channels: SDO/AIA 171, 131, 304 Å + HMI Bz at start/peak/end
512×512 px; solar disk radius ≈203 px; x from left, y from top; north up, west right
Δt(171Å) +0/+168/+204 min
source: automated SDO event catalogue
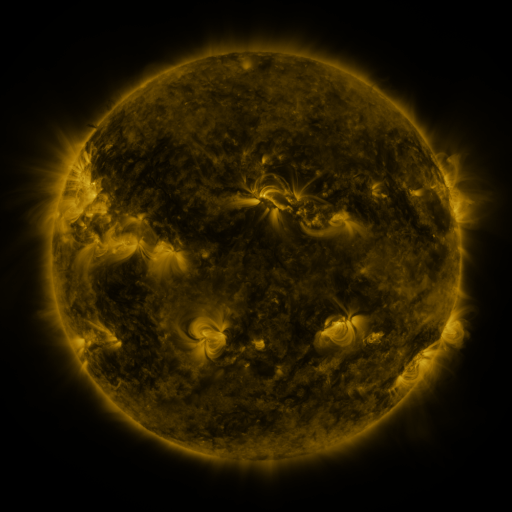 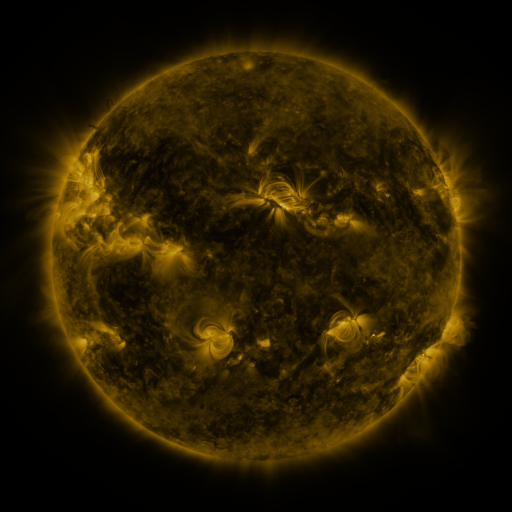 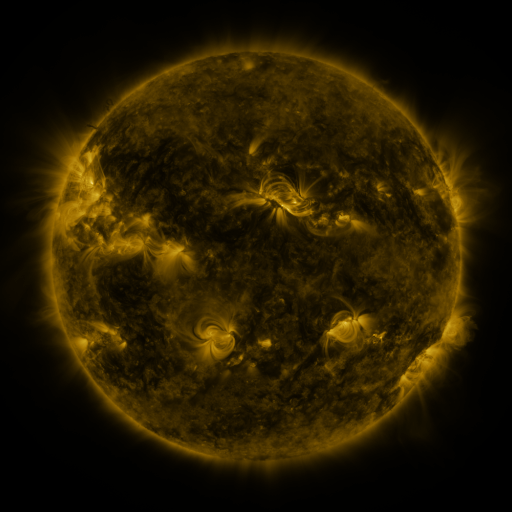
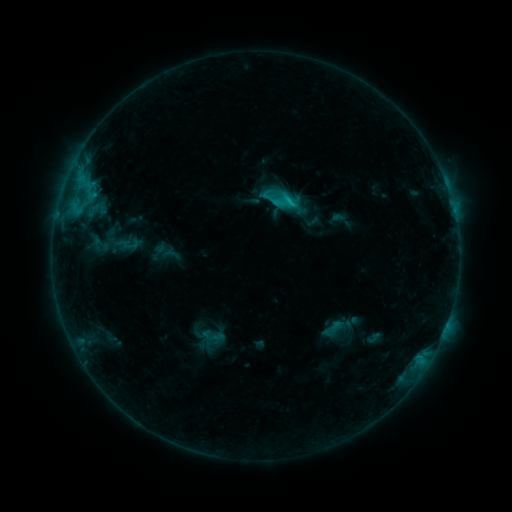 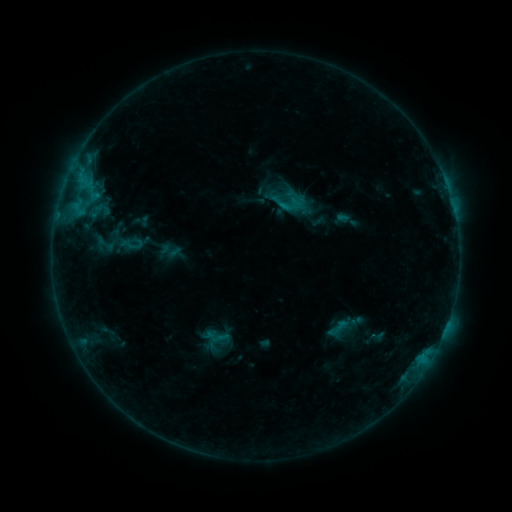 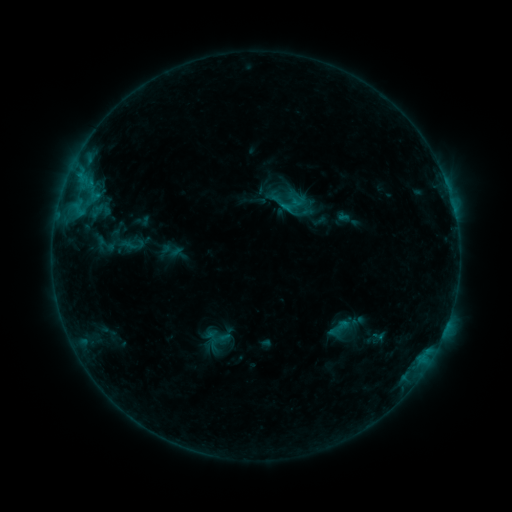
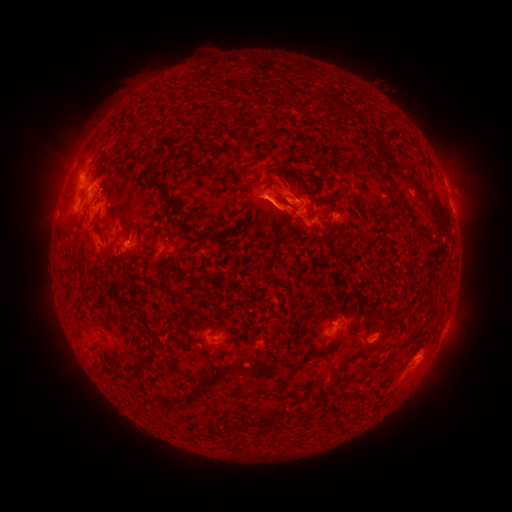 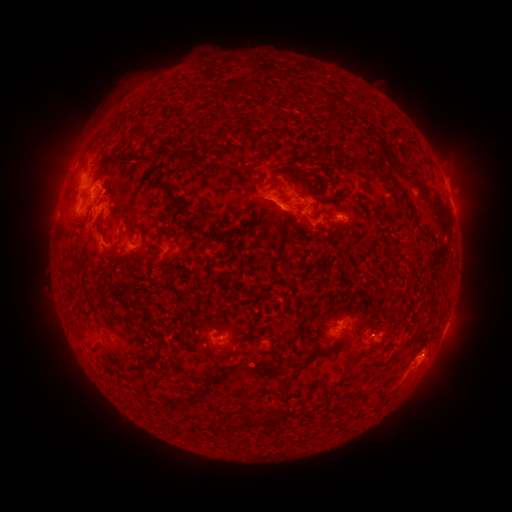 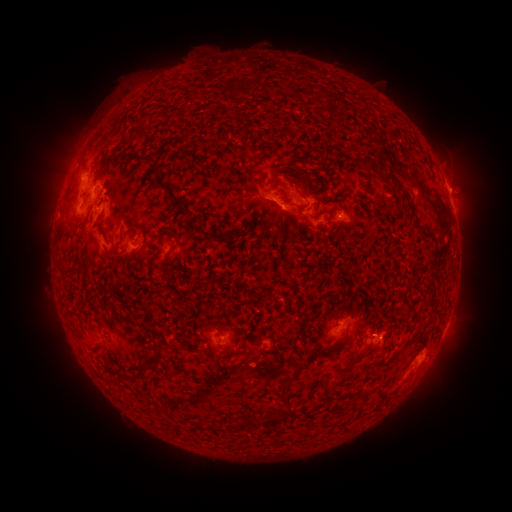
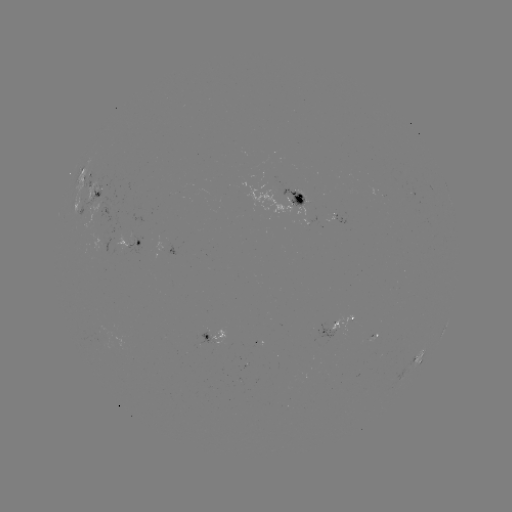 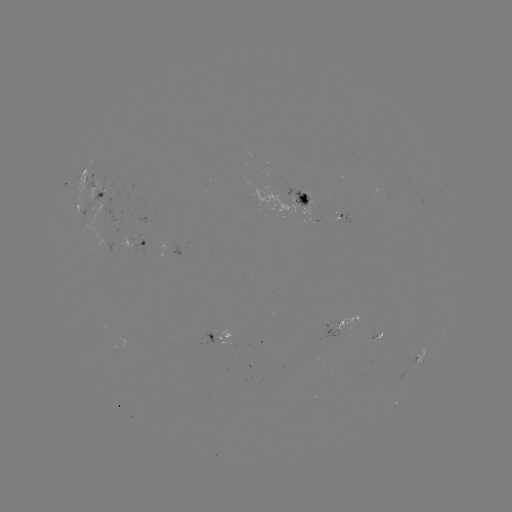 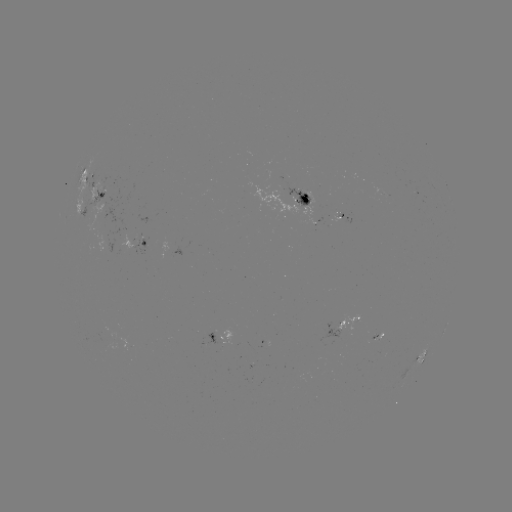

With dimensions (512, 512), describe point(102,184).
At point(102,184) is emerging-flux region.